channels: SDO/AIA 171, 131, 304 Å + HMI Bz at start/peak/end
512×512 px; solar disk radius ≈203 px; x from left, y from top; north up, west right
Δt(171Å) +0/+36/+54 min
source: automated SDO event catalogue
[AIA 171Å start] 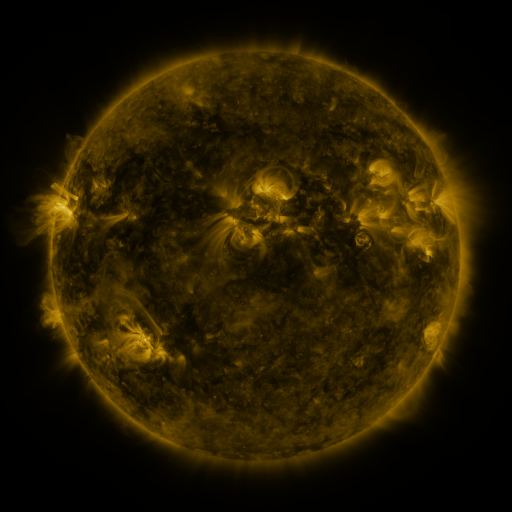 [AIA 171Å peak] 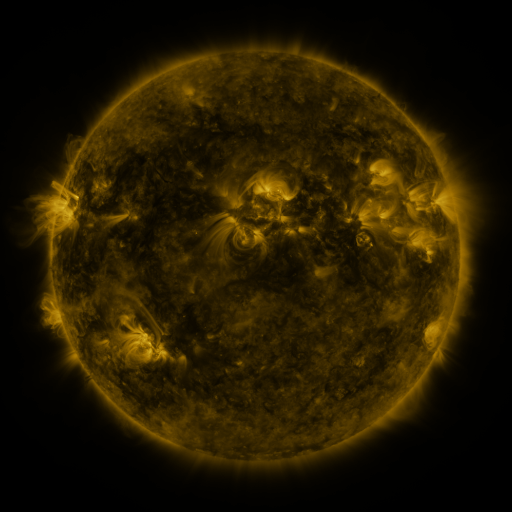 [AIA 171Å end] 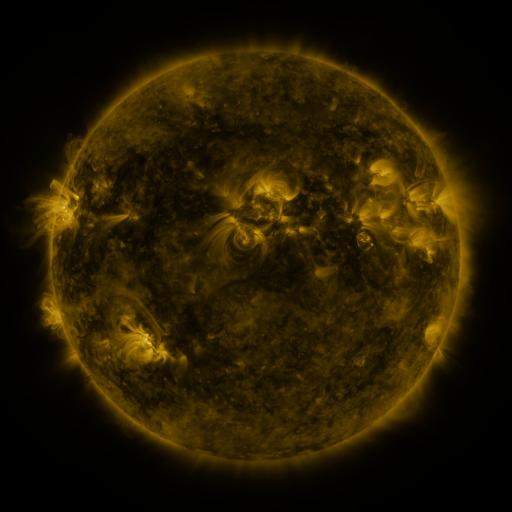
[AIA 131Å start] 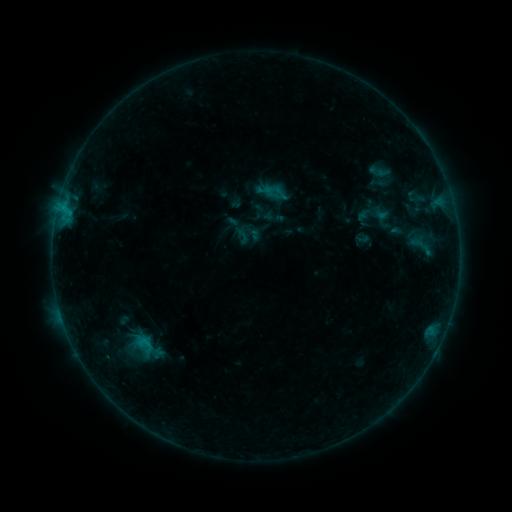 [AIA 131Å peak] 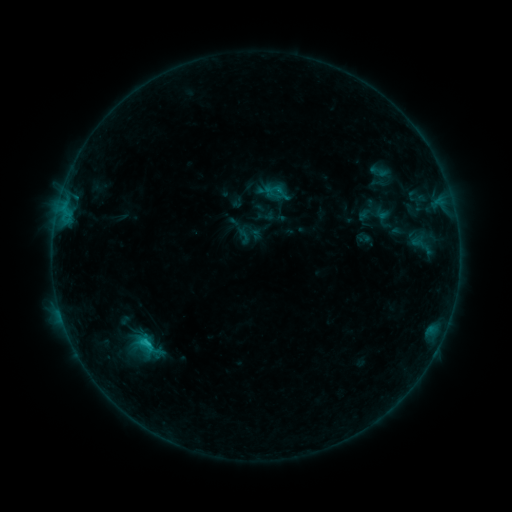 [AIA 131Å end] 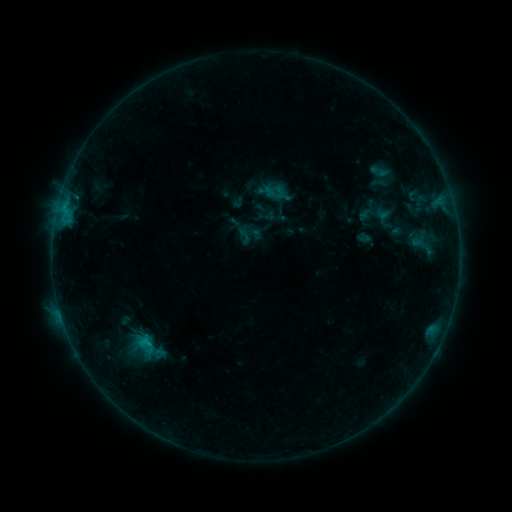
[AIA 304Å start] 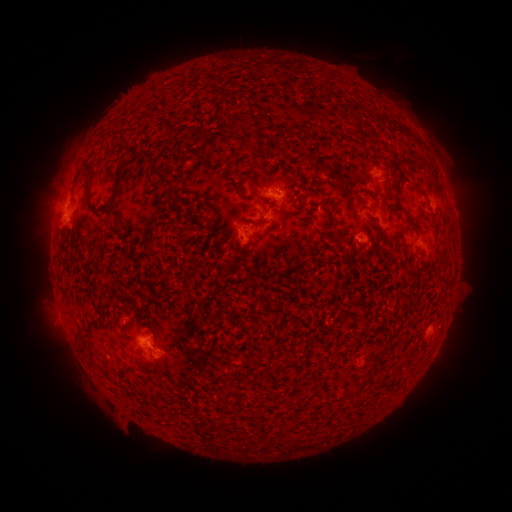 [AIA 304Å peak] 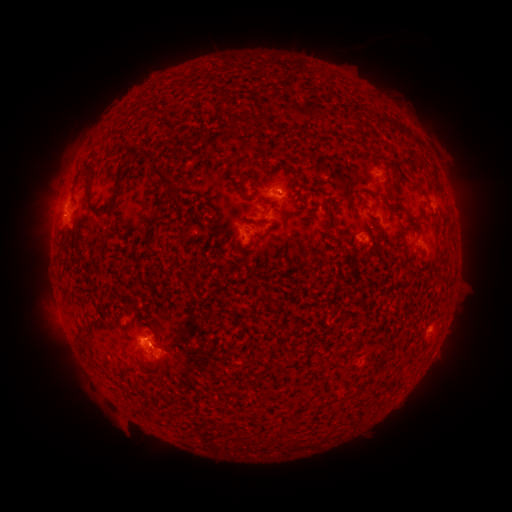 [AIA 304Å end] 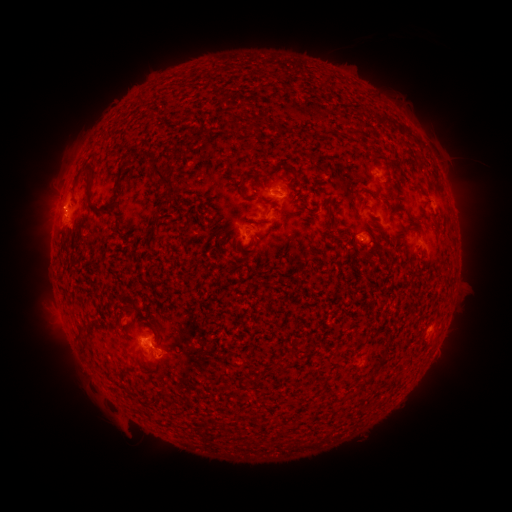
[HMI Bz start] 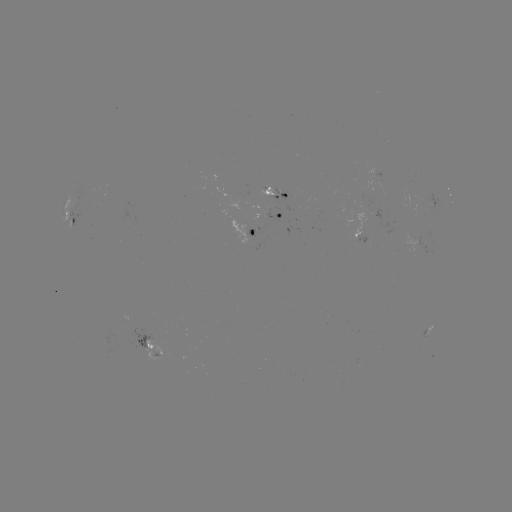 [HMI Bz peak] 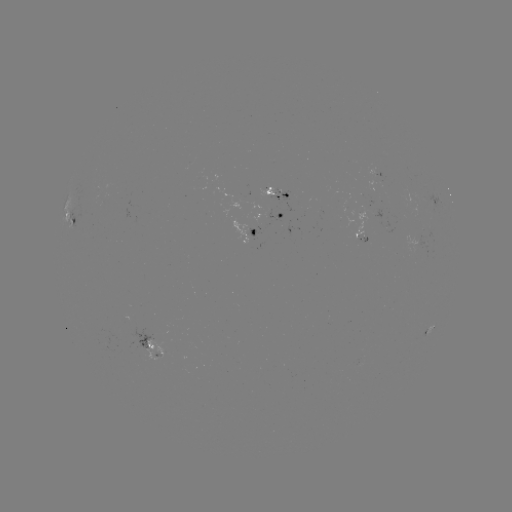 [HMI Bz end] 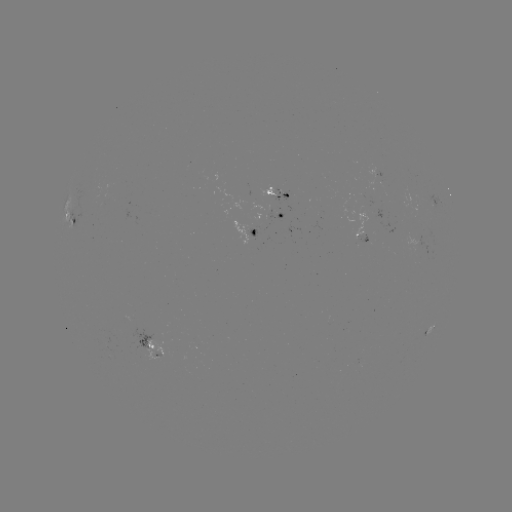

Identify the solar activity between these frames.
B9.7 flare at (148, 341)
